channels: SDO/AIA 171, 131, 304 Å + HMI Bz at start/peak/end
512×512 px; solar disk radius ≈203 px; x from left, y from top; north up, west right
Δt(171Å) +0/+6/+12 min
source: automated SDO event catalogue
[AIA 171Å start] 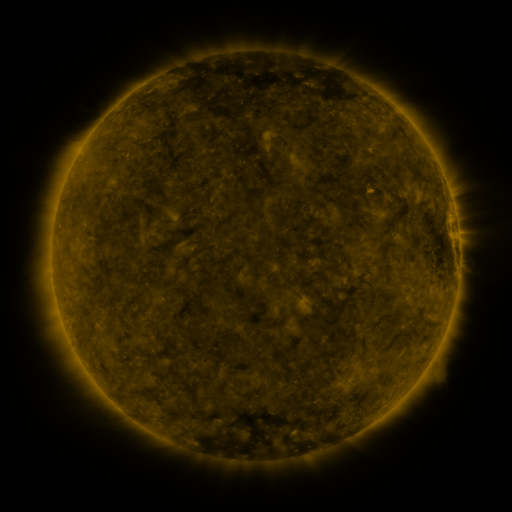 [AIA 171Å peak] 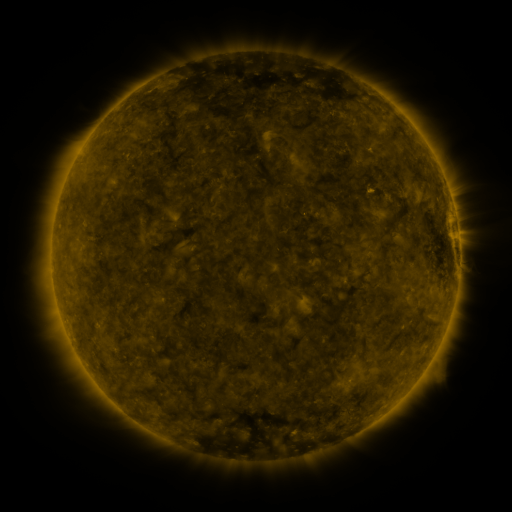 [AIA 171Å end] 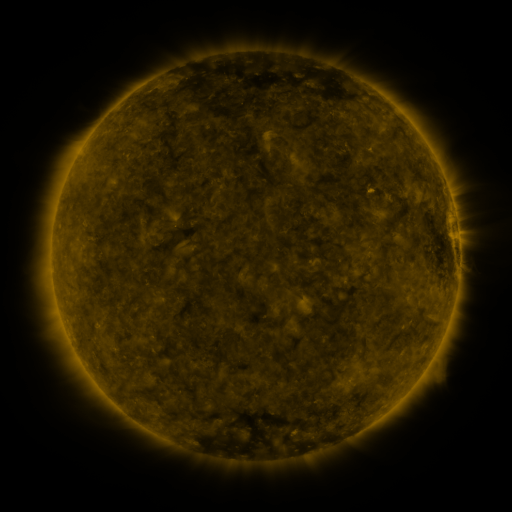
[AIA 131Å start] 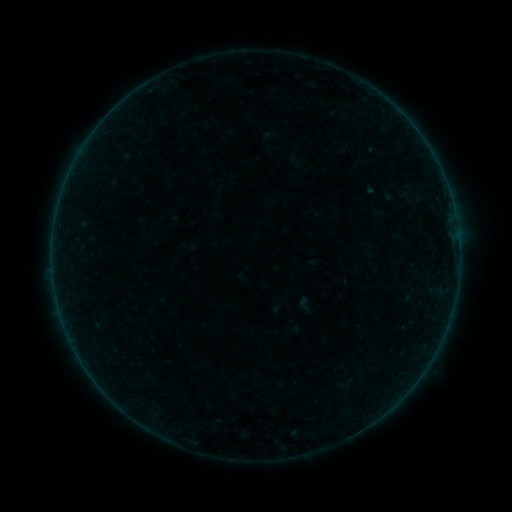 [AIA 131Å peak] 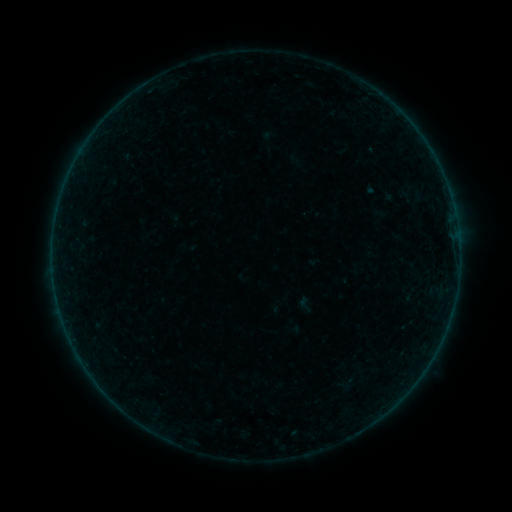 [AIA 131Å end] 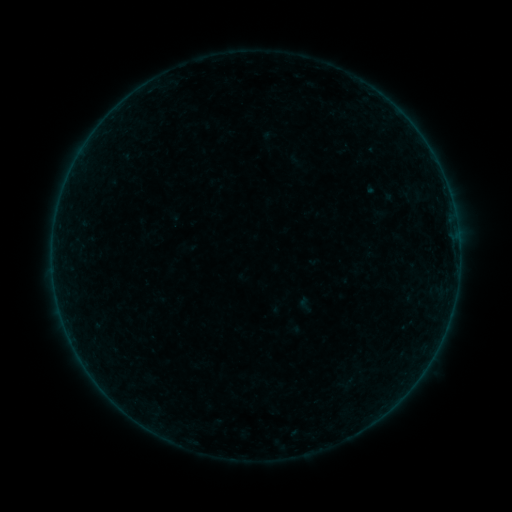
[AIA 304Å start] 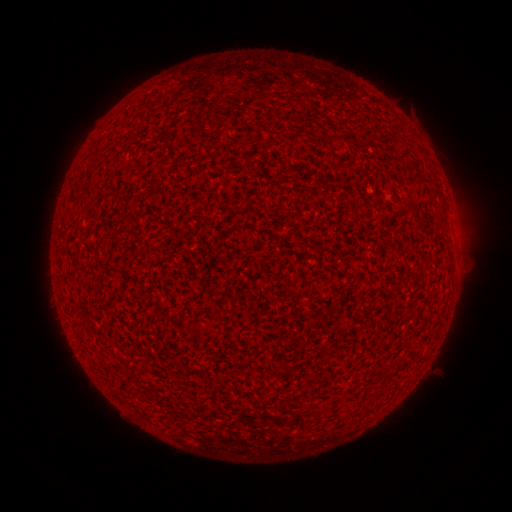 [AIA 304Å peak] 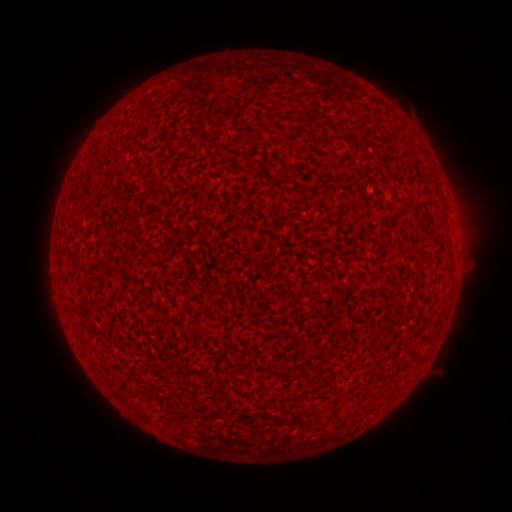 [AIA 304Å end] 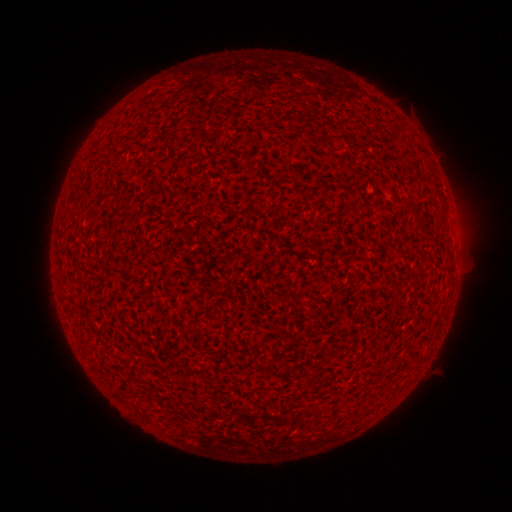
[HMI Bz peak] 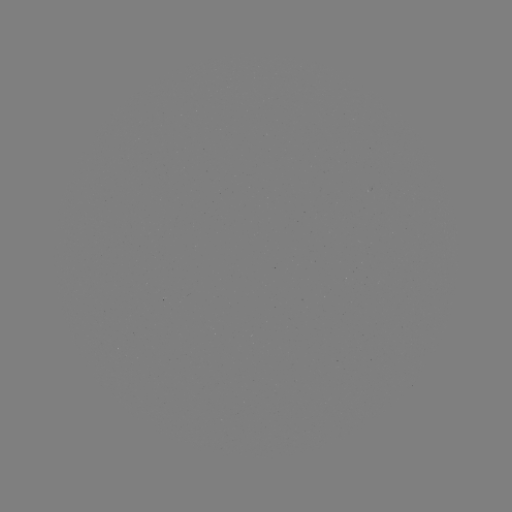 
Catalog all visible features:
A1.1 flare: (424, 369)
